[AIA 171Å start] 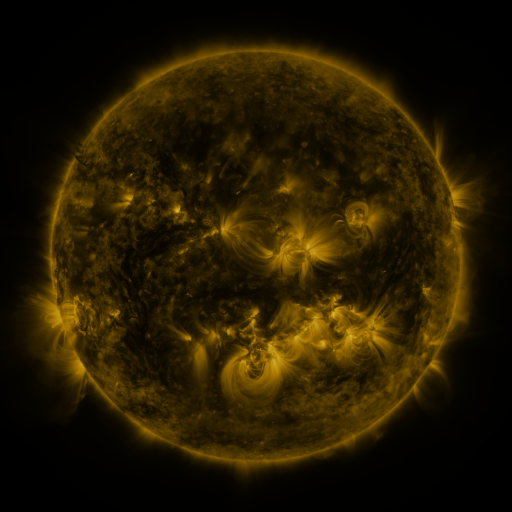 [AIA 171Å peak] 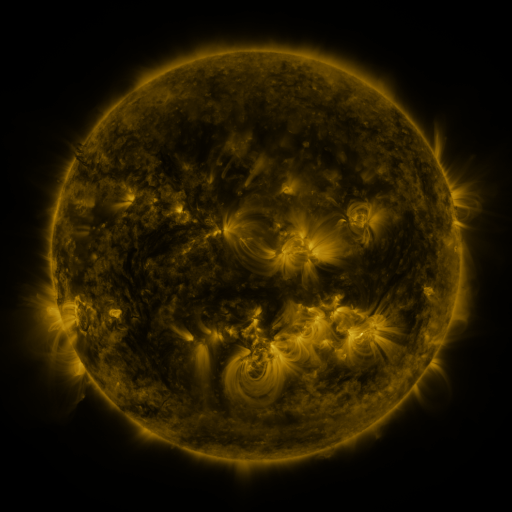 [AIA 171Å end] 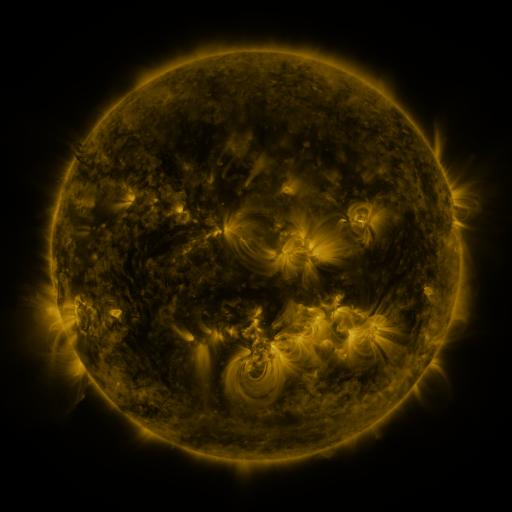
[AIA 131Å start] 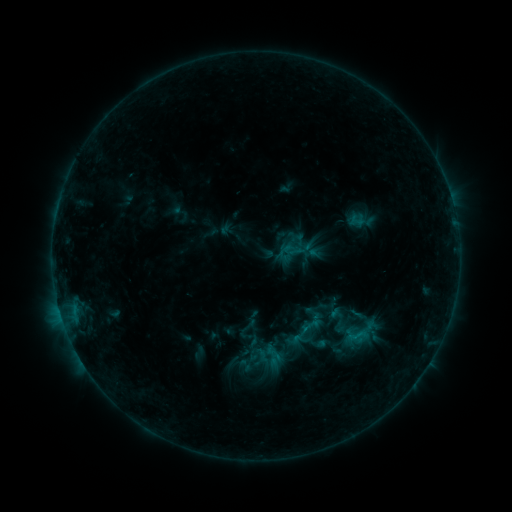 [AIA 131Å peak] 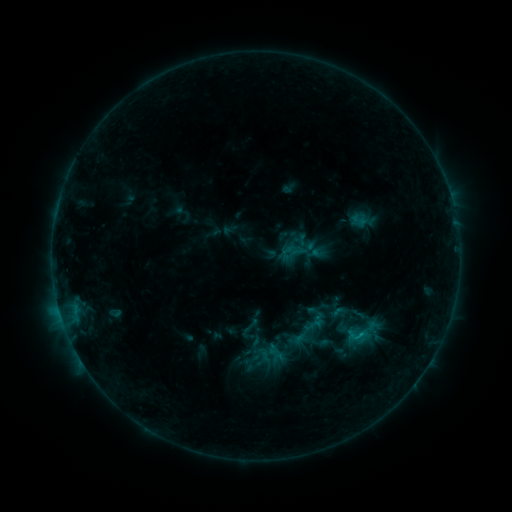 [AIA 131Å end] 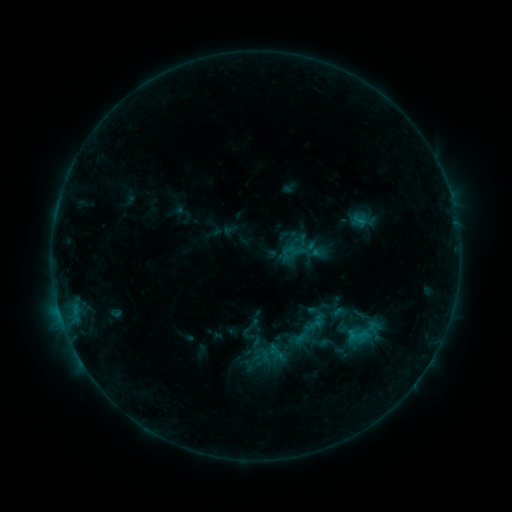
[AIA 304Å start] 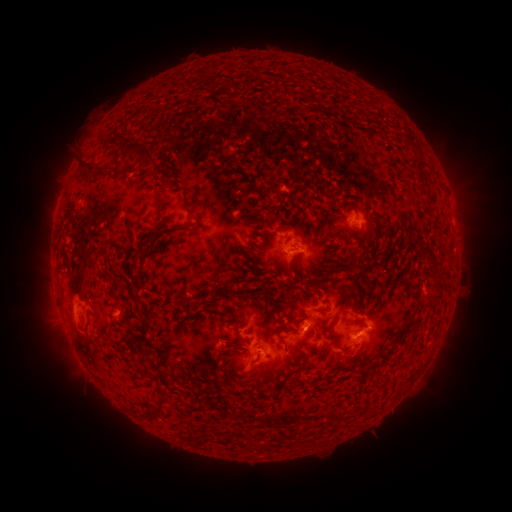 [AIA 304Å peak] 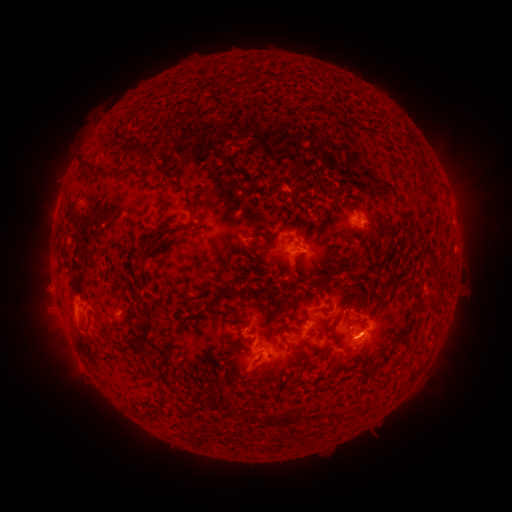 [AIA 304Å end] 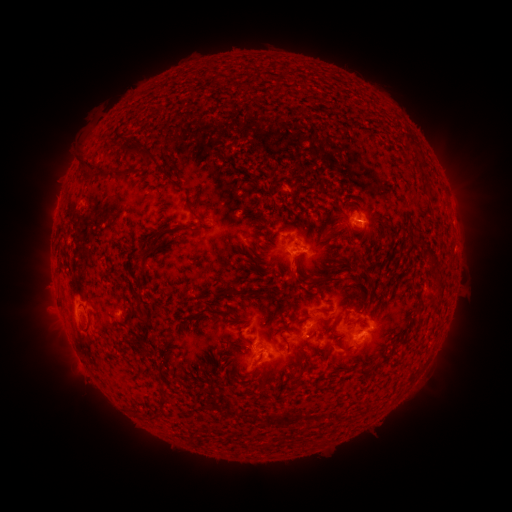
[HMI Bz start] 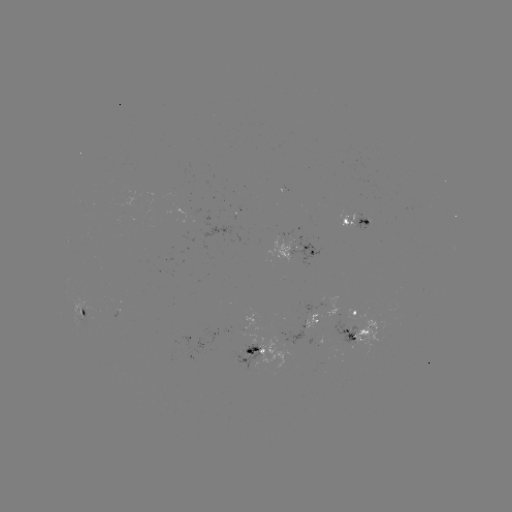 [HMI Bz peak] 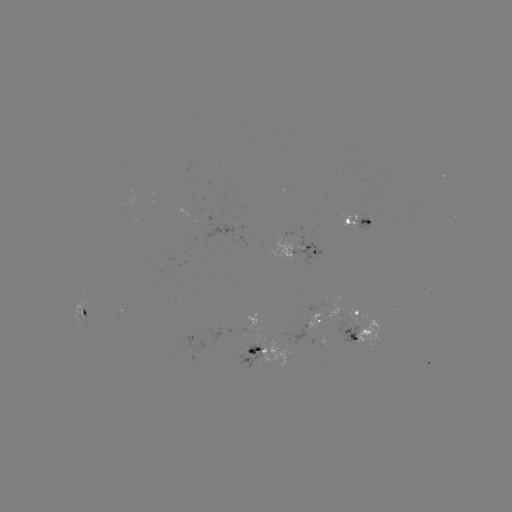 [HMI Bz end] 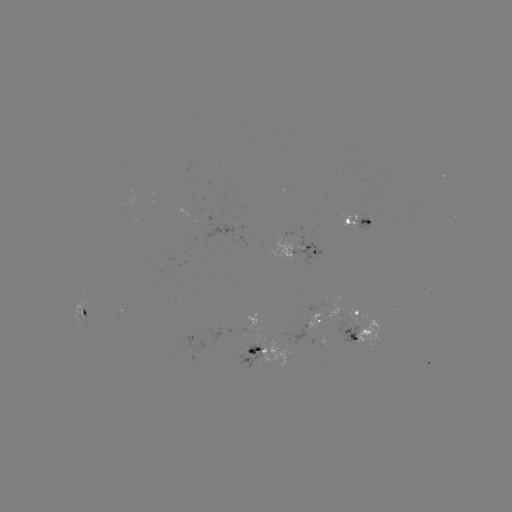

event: emerging-flux region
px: (341, 326)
